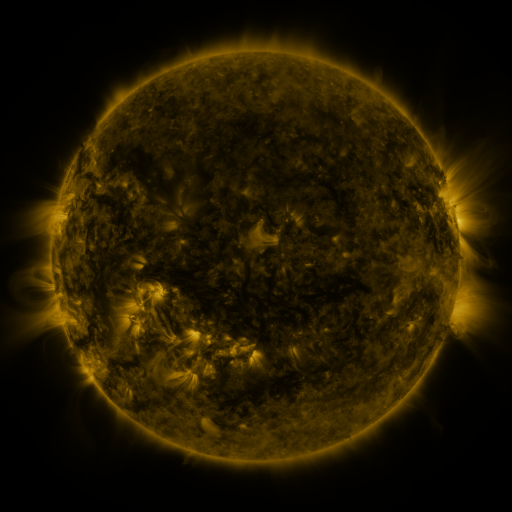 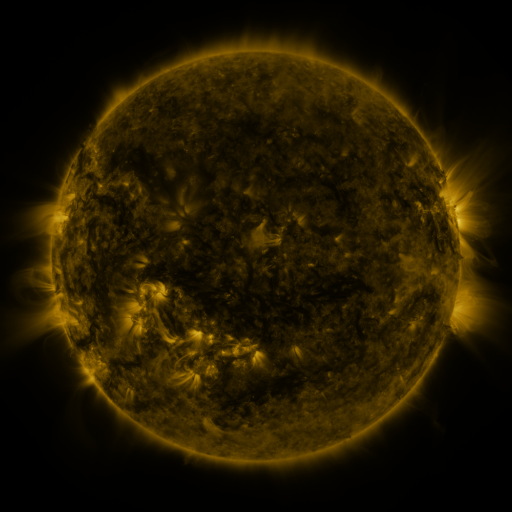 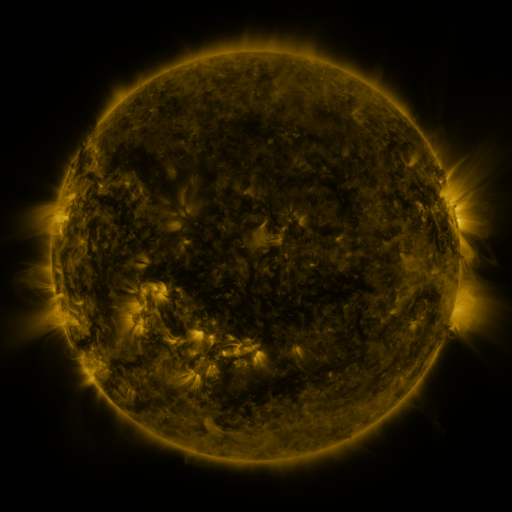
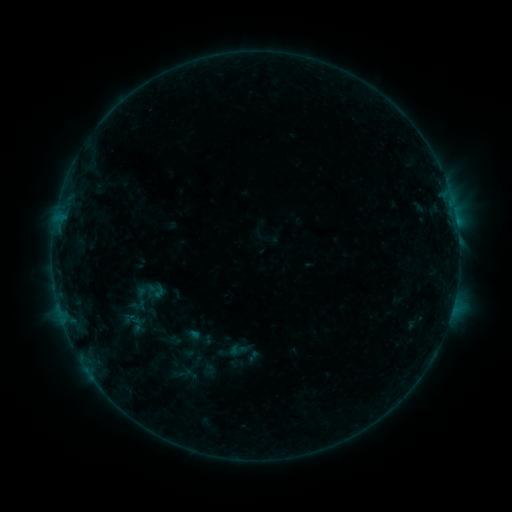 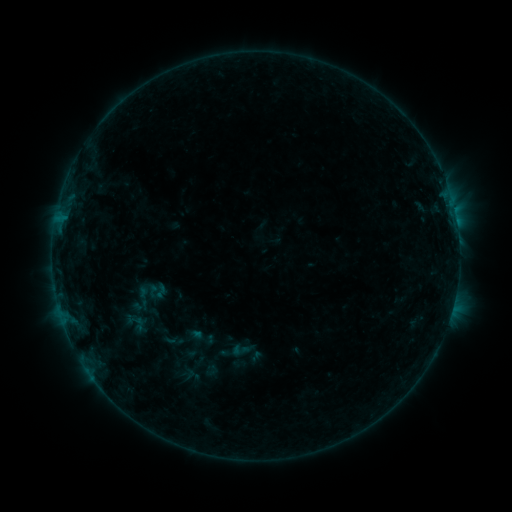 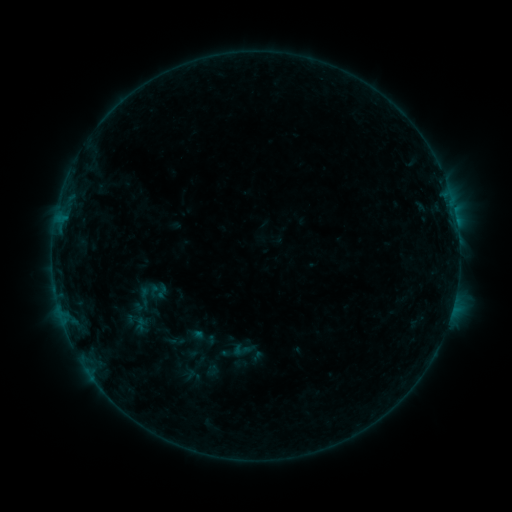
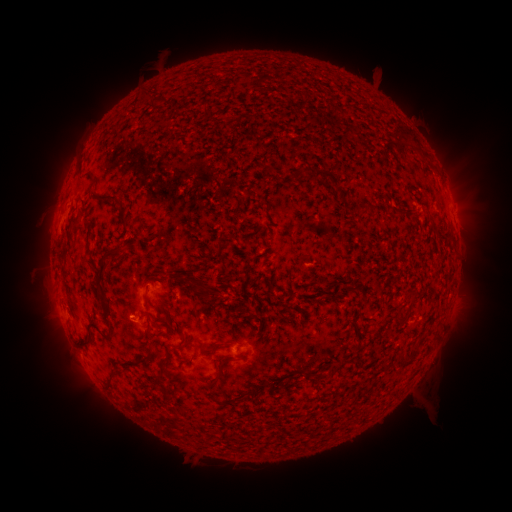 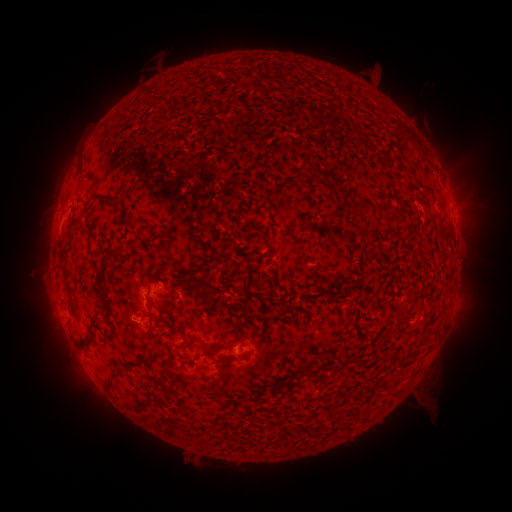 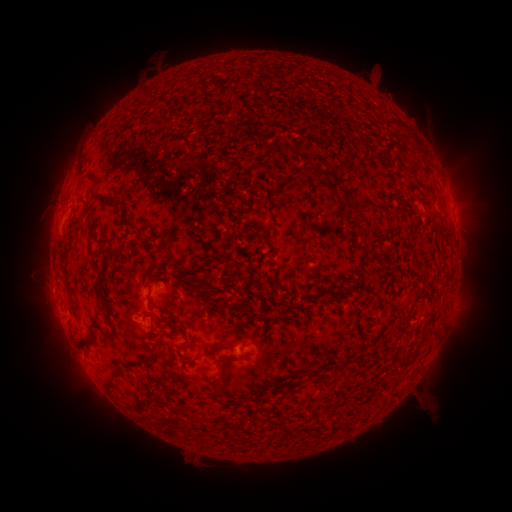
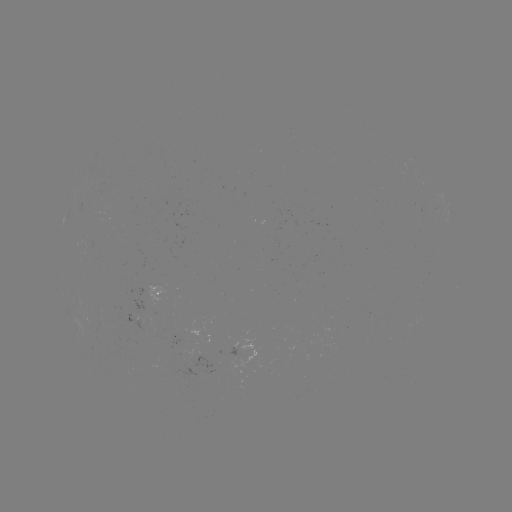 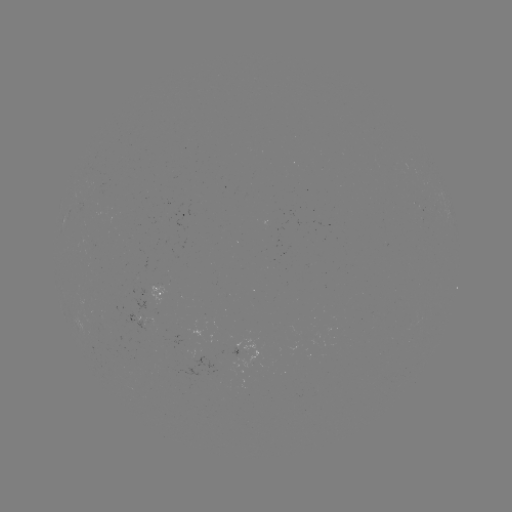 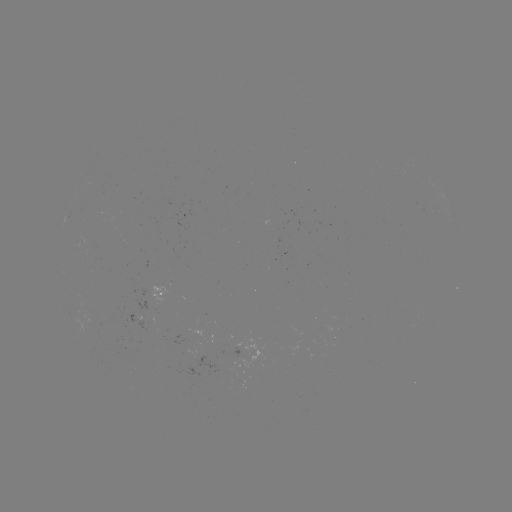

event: emerging-flux region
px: (101, 328)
